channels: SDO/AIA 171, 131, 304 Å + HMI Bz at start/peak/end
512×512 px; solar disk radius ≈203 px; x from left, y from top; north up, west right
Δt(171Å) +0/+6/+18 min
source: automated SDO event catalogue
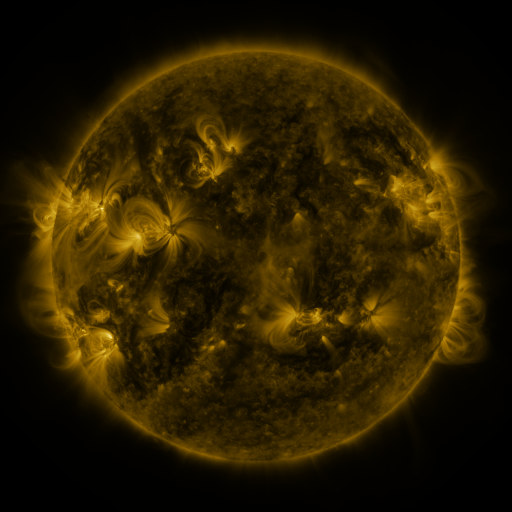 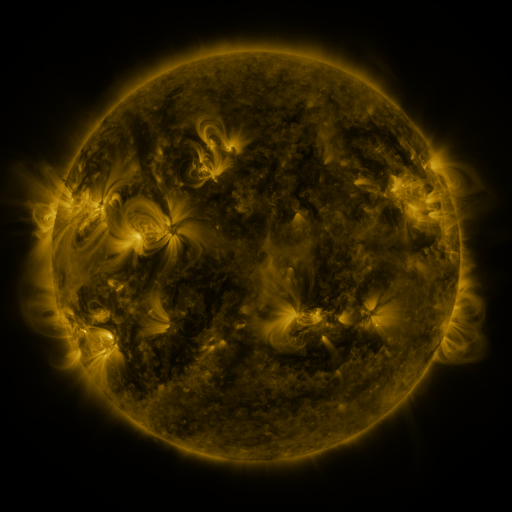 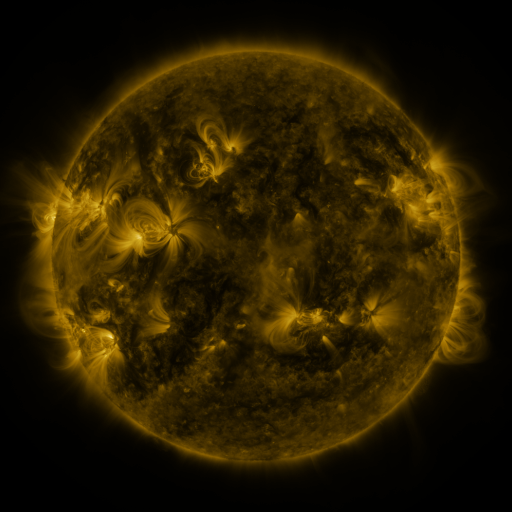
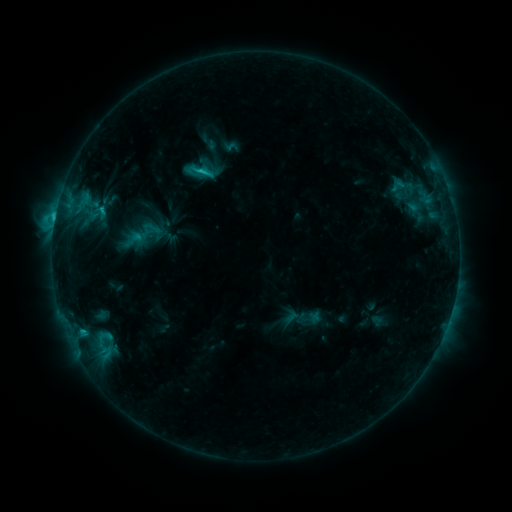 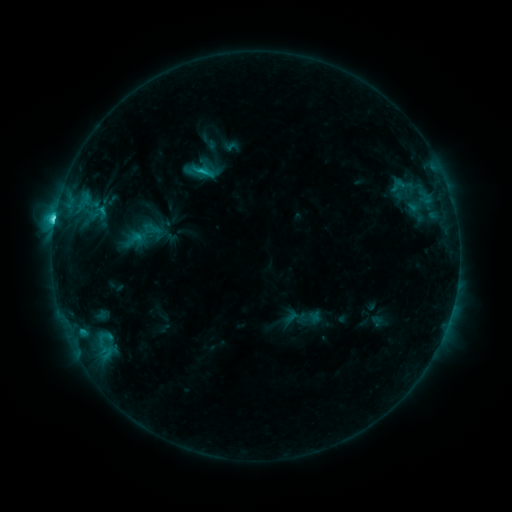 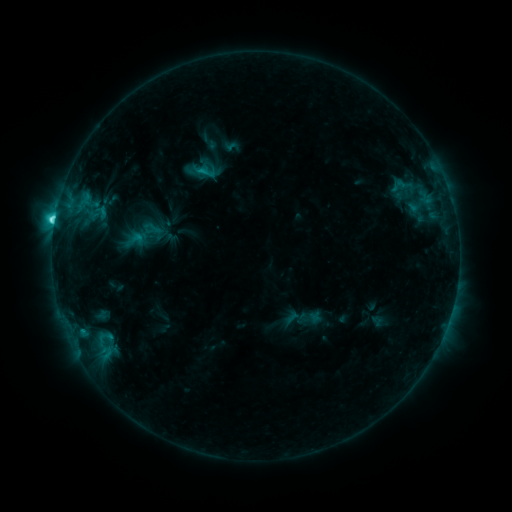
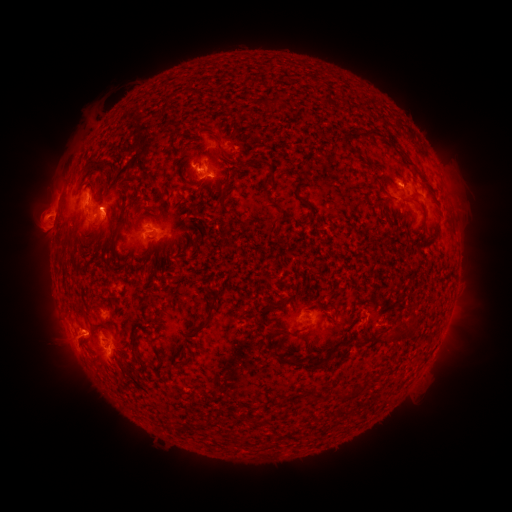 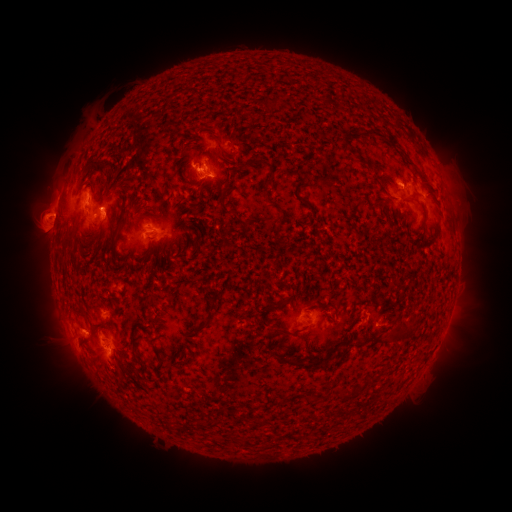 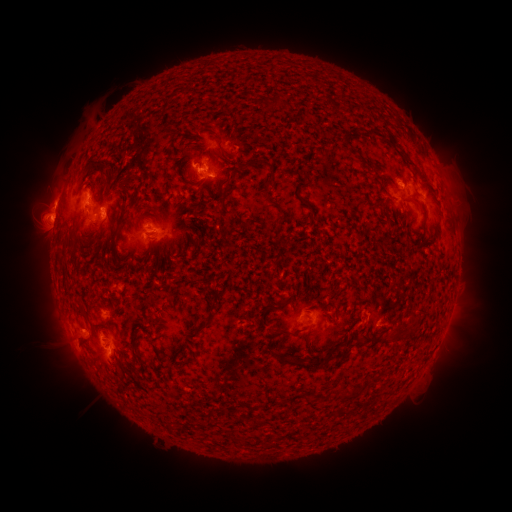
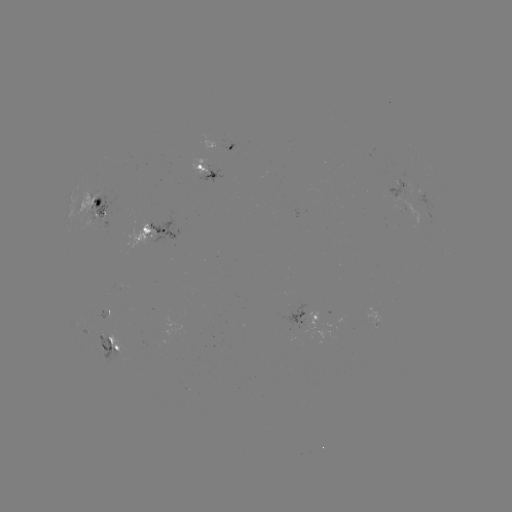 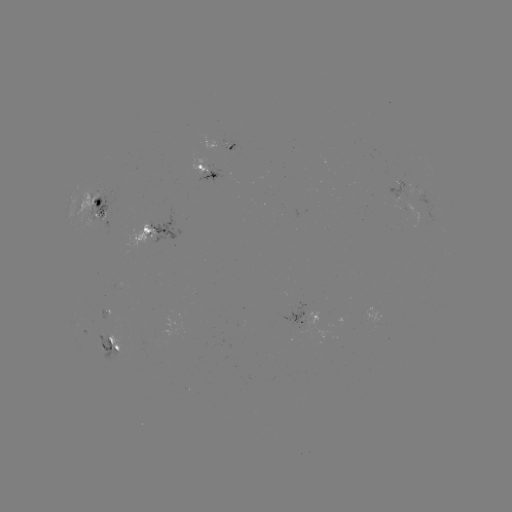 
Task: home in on M1.2 flare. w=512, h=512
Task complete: [55, 220].